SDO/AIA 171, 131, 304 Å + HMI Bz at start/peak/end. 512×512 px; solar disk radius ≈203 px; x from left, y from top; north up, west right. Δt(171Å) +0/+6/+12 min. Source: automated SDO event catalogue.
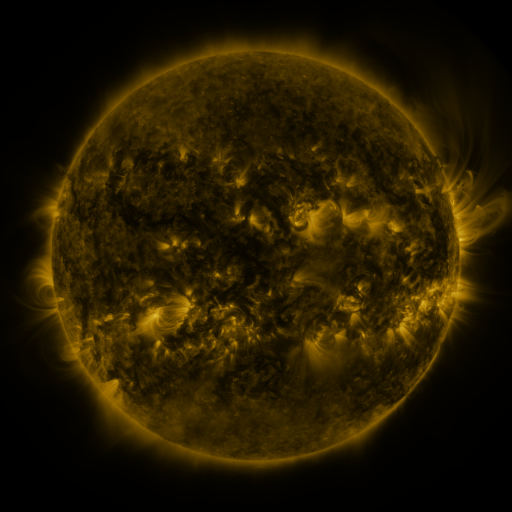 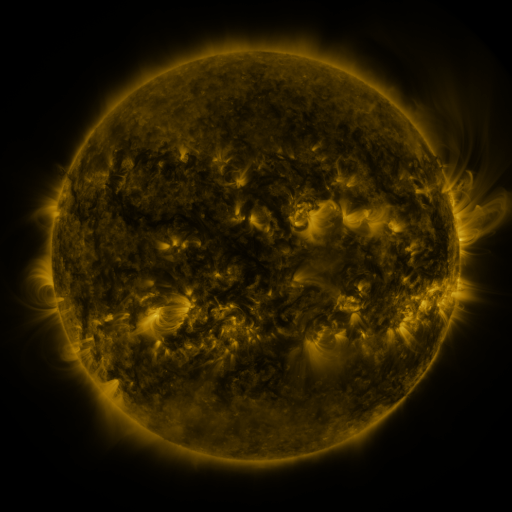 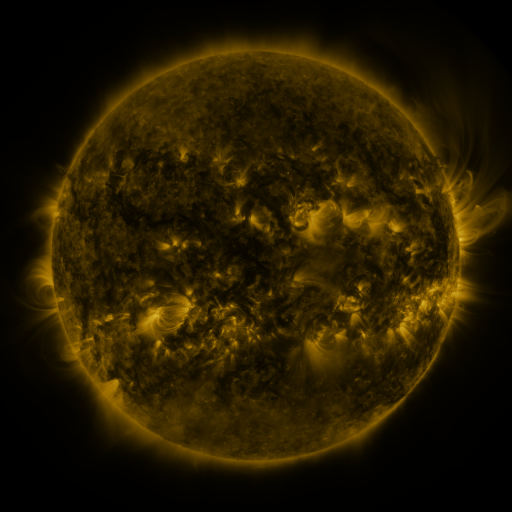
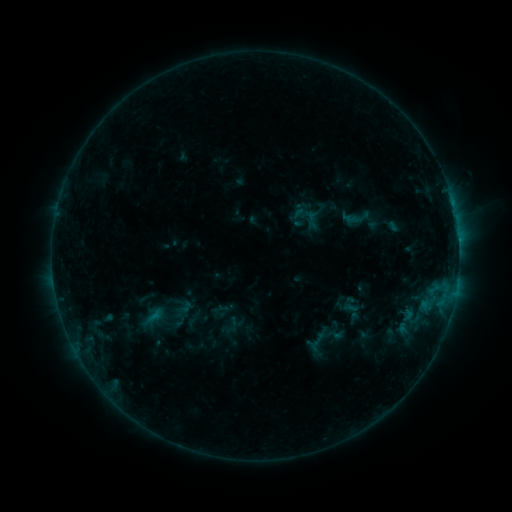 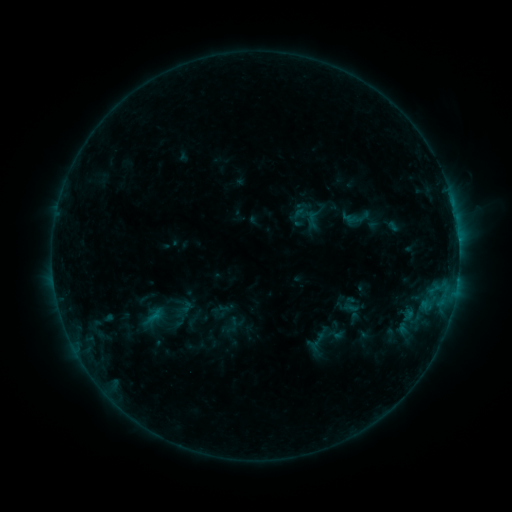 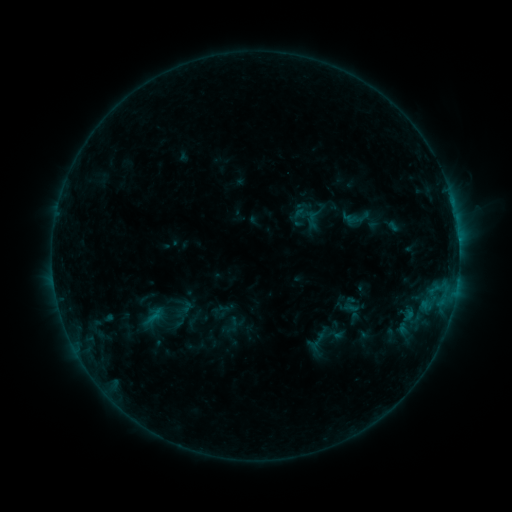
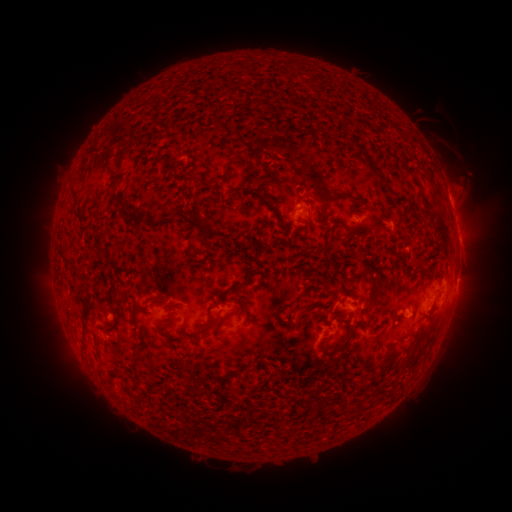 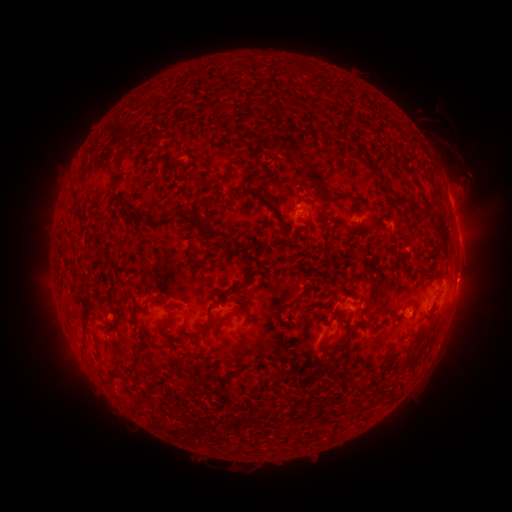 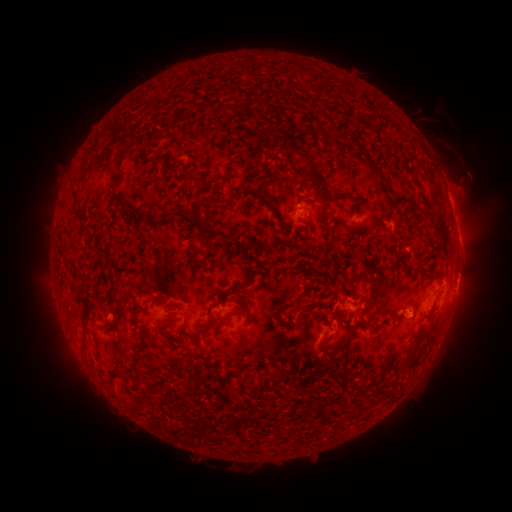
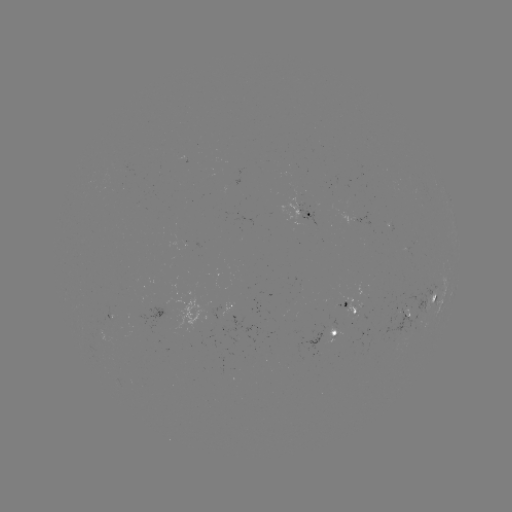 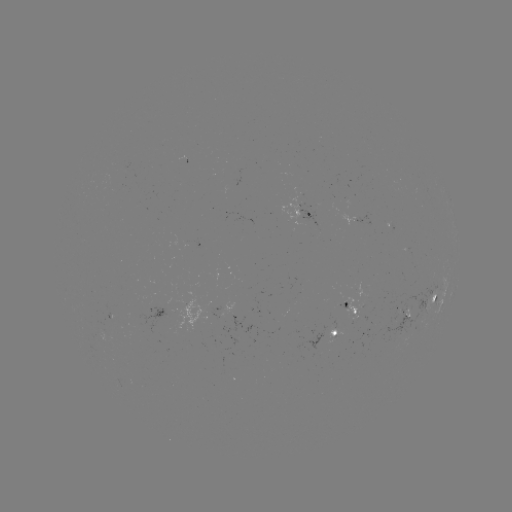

no classed flare was catalogued and no EUV brightening was flagged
